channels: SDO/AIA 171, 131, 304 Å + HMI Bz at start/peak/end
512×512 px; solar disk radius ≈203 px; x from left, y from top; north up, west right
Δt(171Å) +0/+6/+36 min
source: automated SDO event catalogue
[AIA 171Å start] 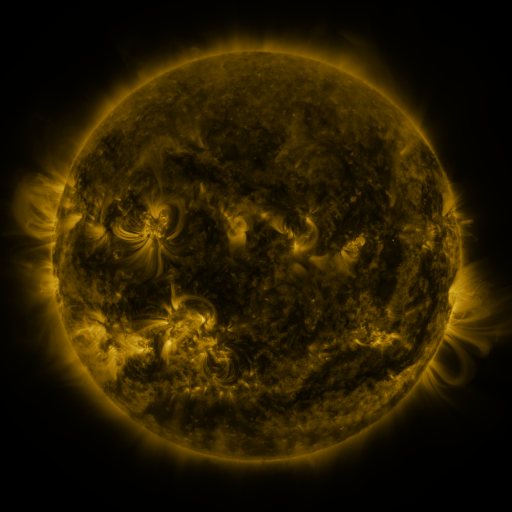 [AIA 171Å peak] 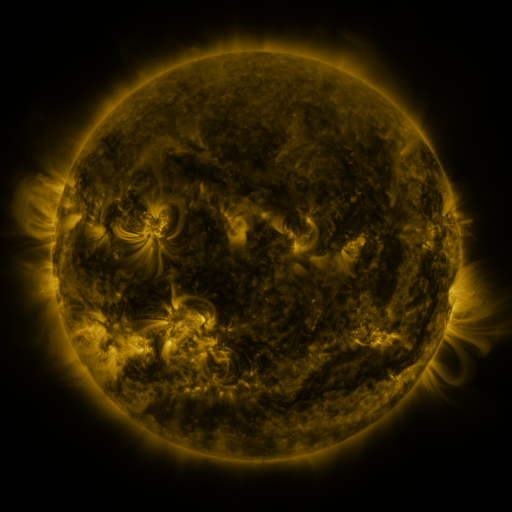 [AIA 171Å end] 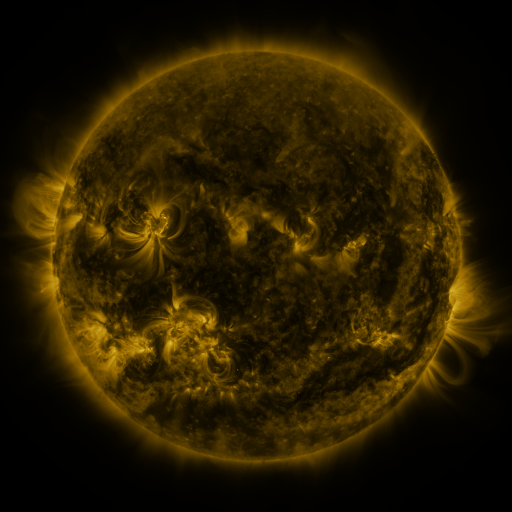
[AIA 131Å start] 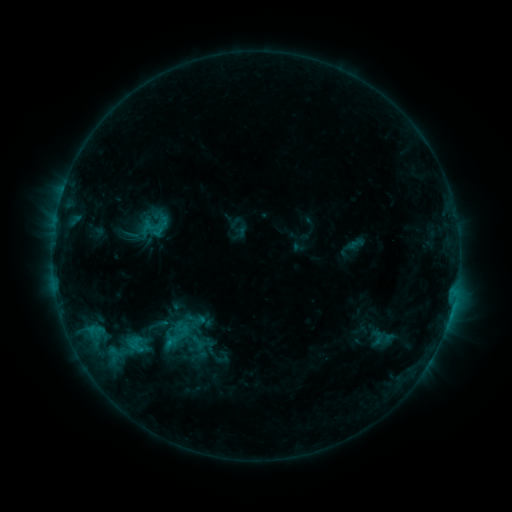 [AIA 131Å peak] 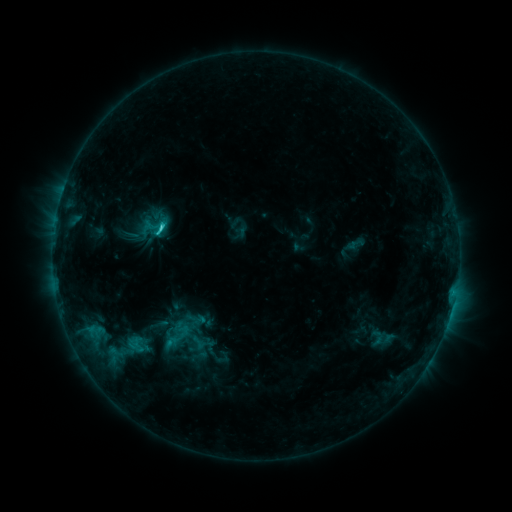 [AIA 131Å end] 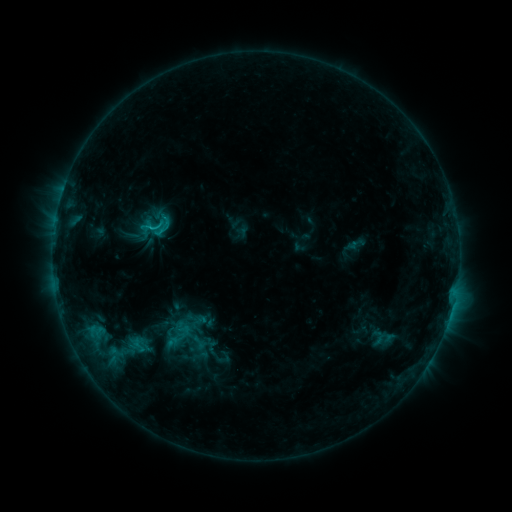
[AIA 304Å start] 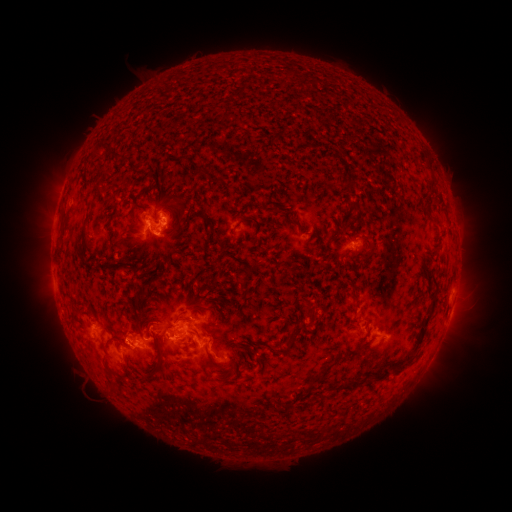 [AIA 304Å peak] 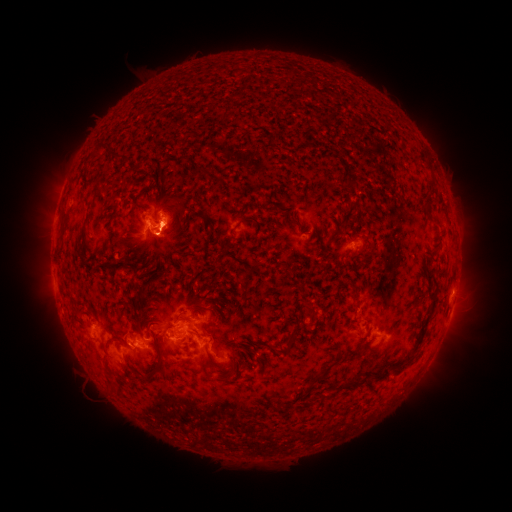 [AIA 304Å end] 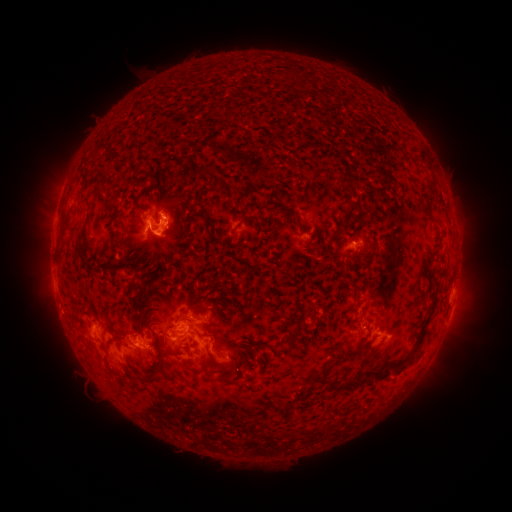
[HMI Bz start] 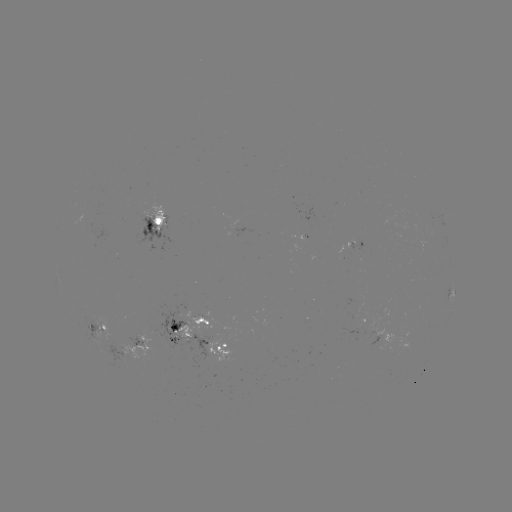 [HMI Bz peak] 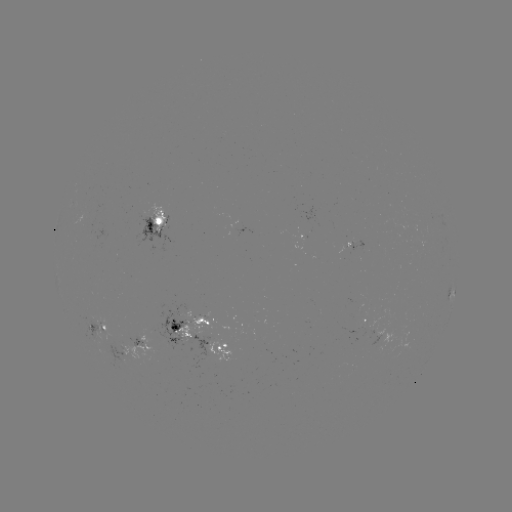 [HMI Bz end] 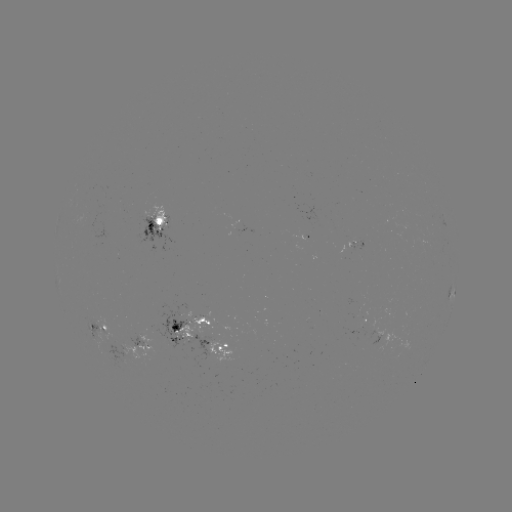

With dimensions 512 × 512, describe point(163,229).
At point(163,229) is C2.1 flare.